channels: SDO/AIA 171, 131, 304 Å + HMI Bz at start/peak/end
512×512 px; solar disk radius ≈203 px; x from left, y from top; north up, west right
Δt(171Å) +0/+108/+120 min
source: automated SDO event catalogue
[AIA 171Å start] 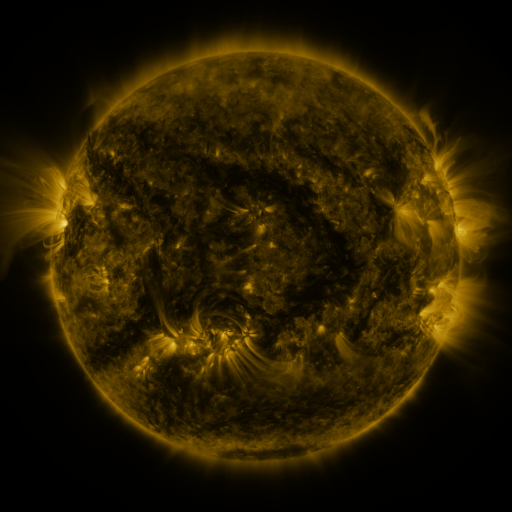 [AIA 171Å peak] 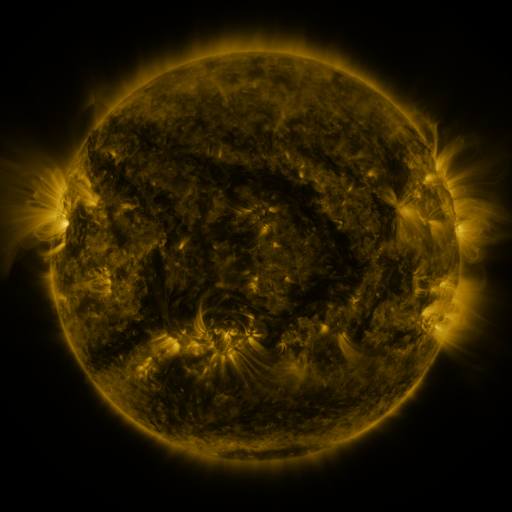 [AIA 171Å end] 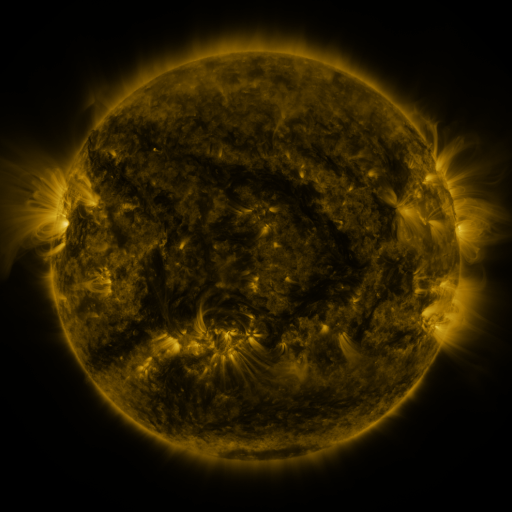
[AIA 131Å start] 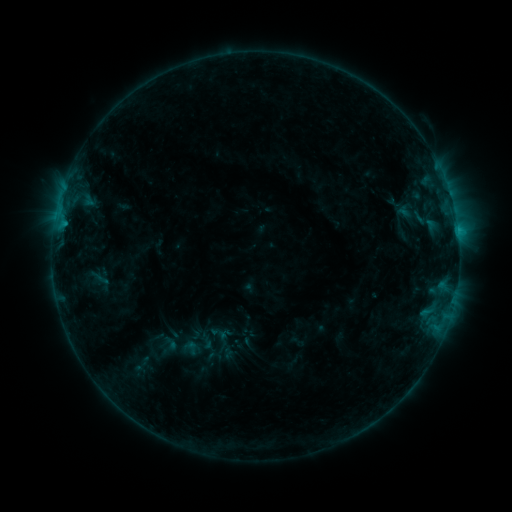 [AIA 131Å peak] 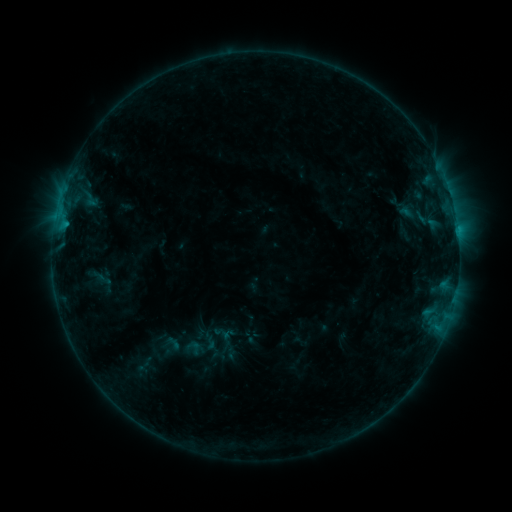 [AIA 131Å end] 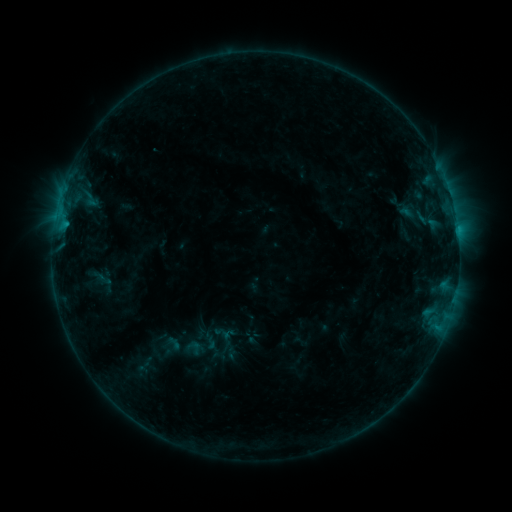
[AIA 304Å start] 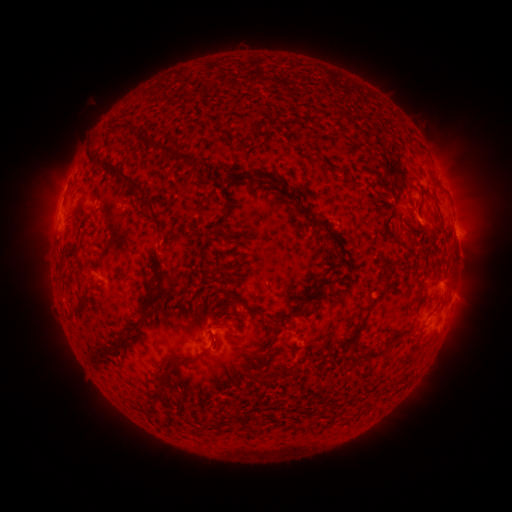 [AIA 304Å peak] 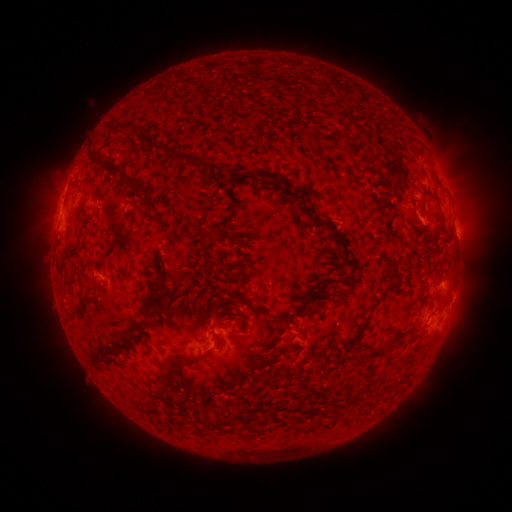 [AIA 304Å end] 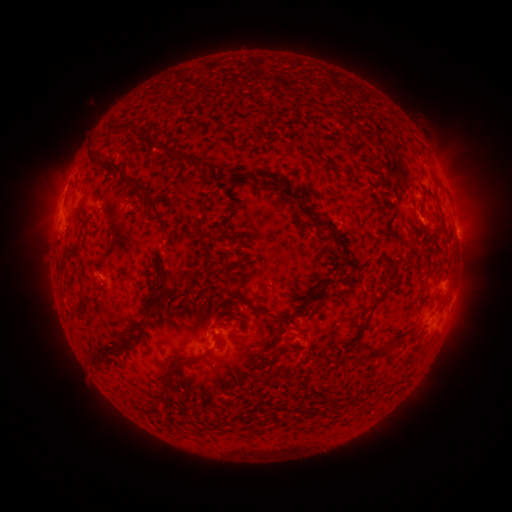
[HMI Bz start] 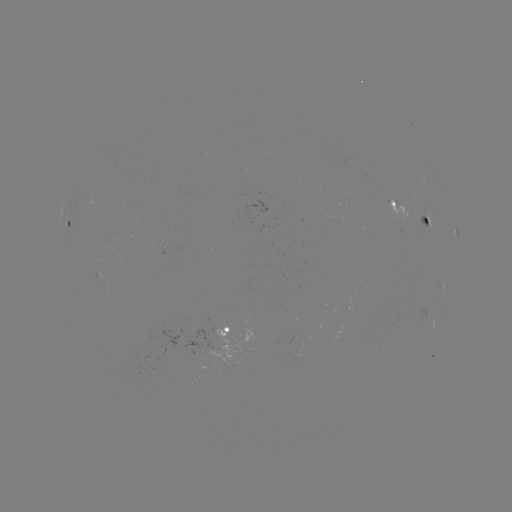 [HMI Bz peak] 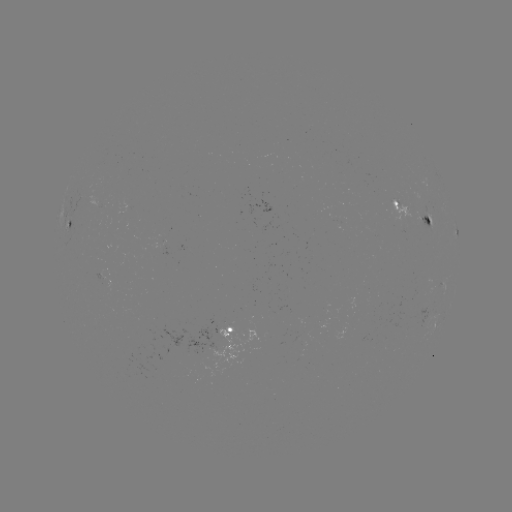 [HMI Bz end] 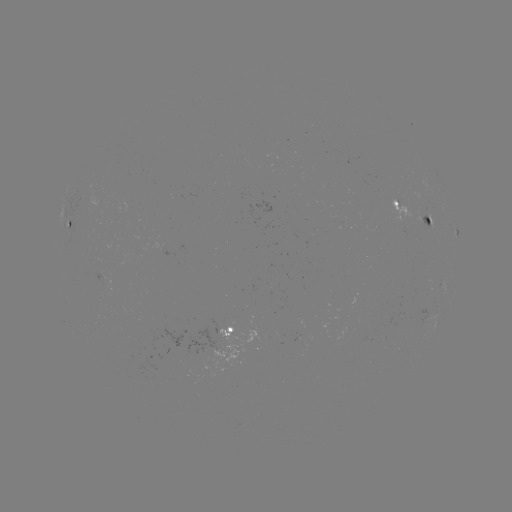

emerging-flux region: <bbox>412, 211, 433, 229</bbox>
